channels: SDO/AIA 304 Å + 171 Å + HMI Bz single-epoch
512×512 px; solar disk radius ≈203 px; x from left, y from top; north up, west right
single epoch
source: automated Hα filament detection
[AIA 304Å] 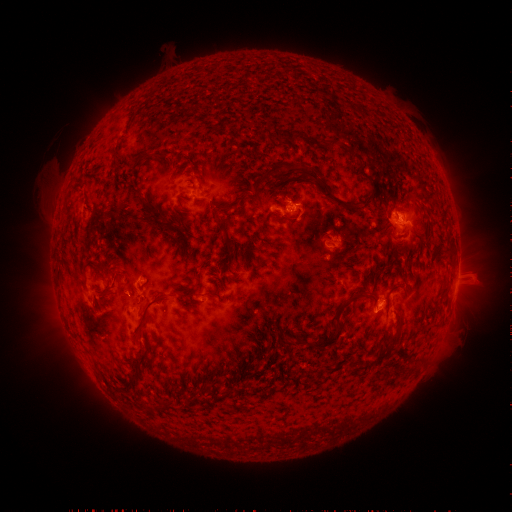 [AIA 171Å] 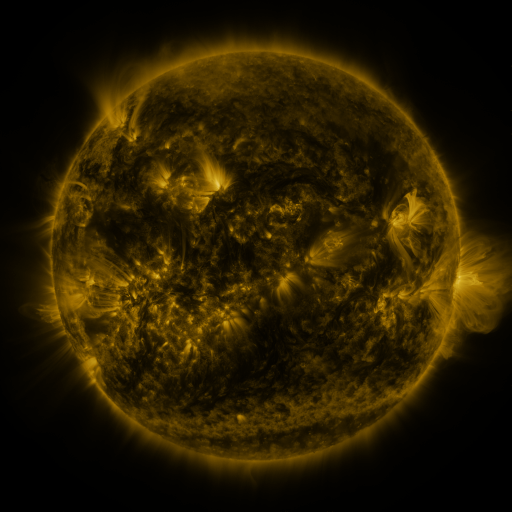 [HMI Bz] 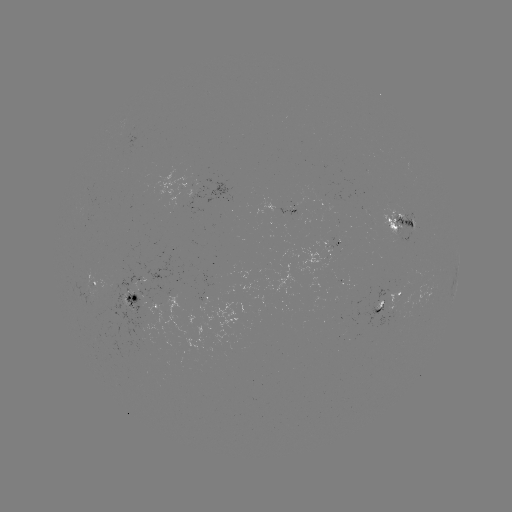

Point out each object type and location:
filament: (346, 150)
filament: (147, 155)
filament: (272, 171)
filament: (365, 178)
filament: (340, 203)
filament: (158, 216)
filament: (288, 220)
filament: (169, 225)
filament: (443, 292)
filament: (364, 297)
filament: (145, 310)
filament: (393, 341)
filament: (328, 342)
filament: (137, 363)
